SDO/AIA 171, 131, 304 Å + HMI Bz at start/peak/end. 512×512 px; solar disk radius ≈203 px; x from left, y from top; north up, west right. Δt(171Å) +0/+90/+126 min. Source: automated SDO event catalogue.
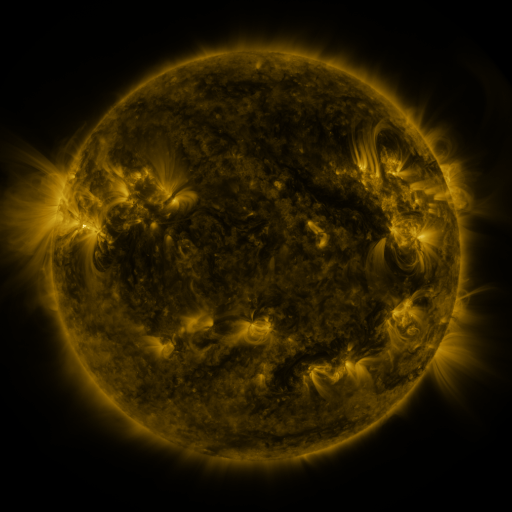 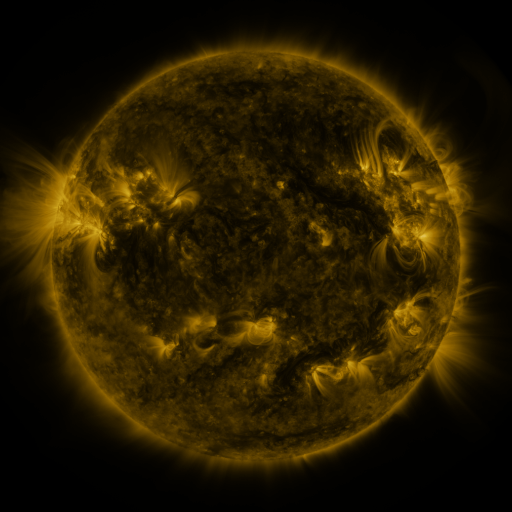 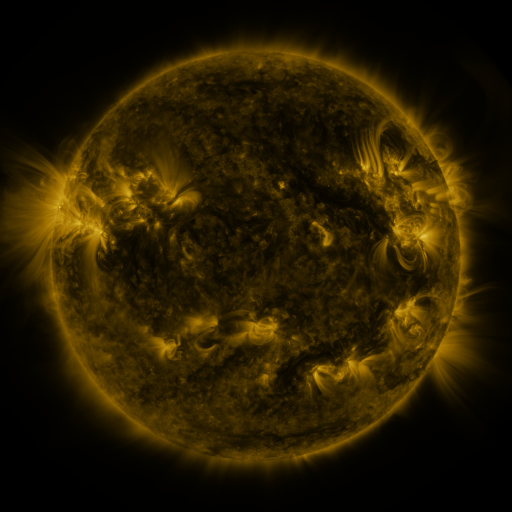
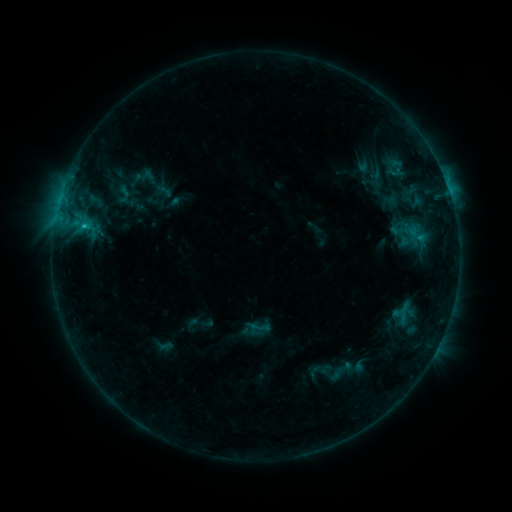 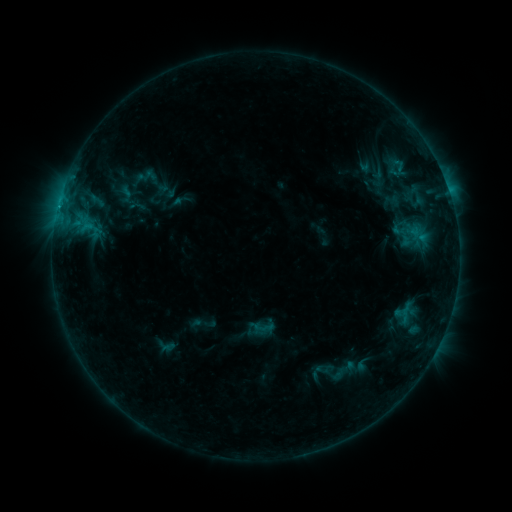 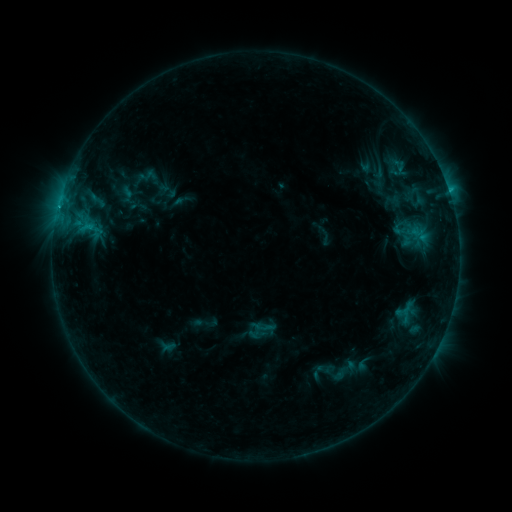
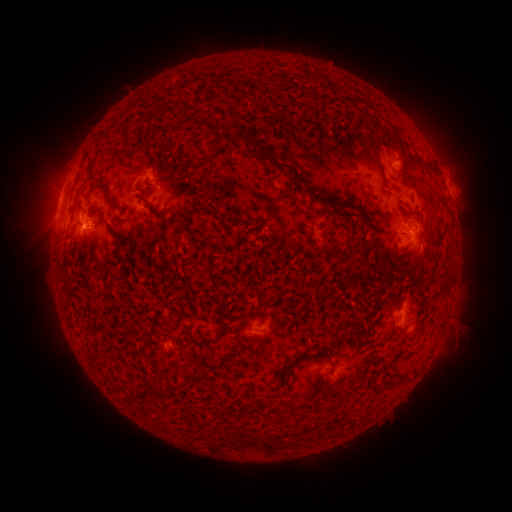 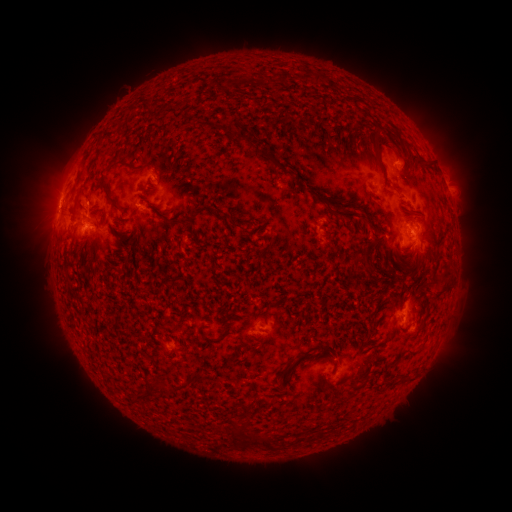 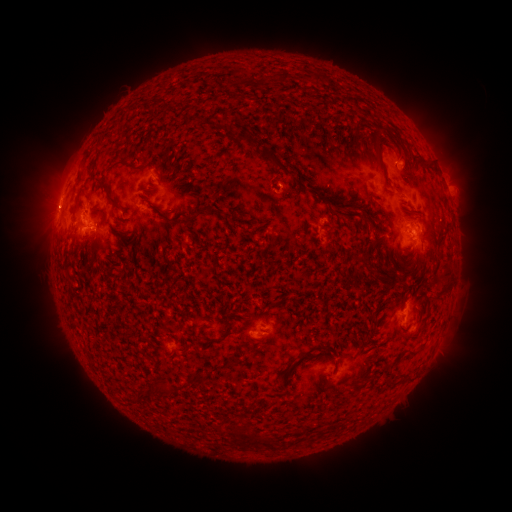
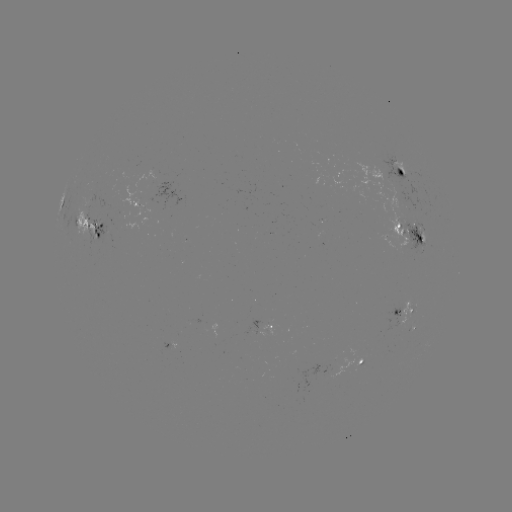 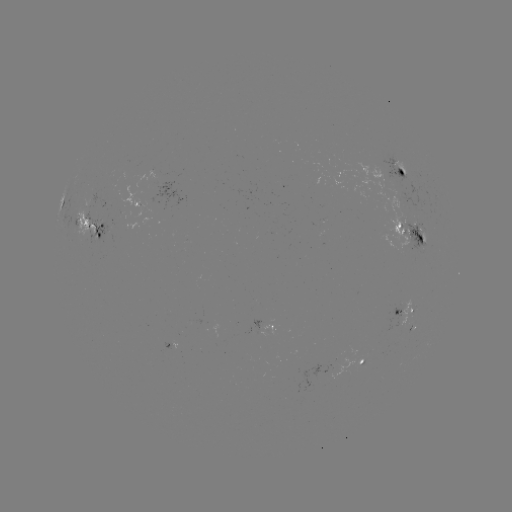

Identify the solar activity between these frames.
emerging-flux region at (414, 230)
